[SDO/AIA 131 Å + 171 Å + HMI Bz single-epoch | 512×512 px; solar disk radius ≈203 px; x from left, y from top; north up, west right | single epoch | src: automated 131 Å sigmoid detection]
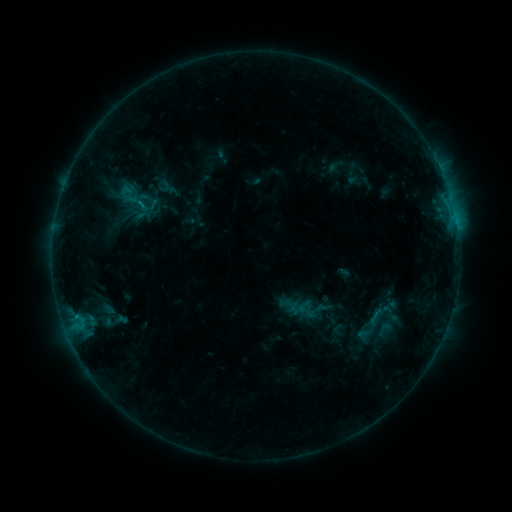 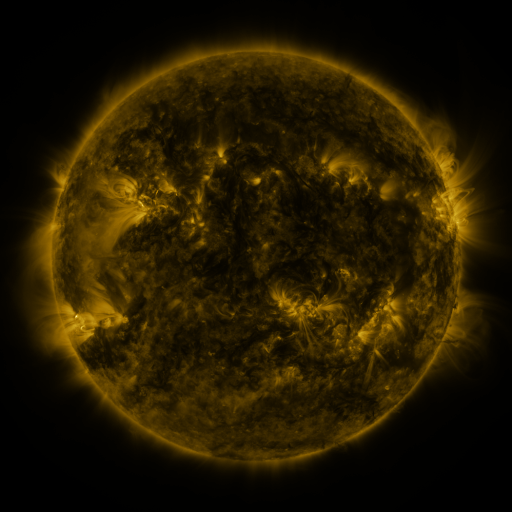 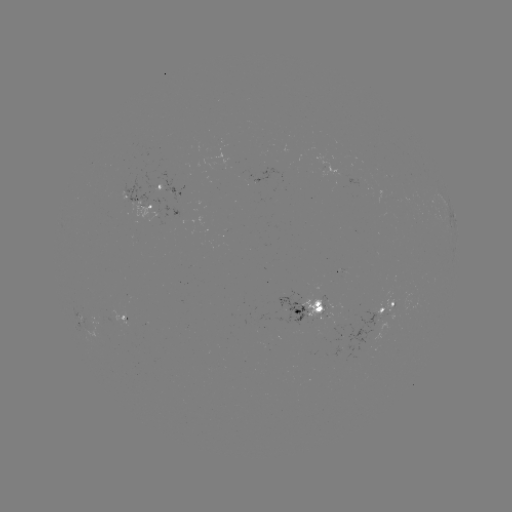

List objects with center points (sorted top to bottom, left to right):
sigmoid: (129, 194)
sigmoid: (323, 302)
sigmoid: (305, 310)
sigmoid: (384, 329)
